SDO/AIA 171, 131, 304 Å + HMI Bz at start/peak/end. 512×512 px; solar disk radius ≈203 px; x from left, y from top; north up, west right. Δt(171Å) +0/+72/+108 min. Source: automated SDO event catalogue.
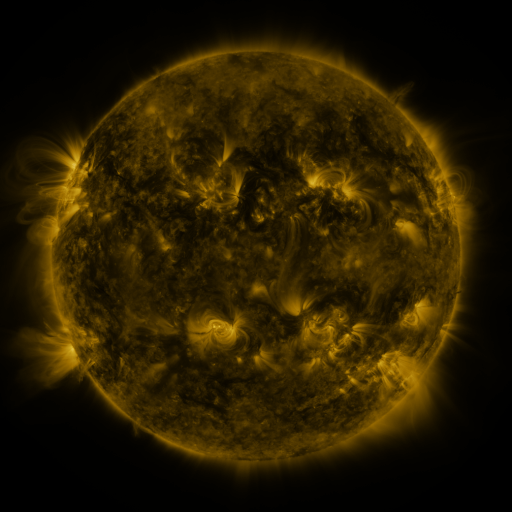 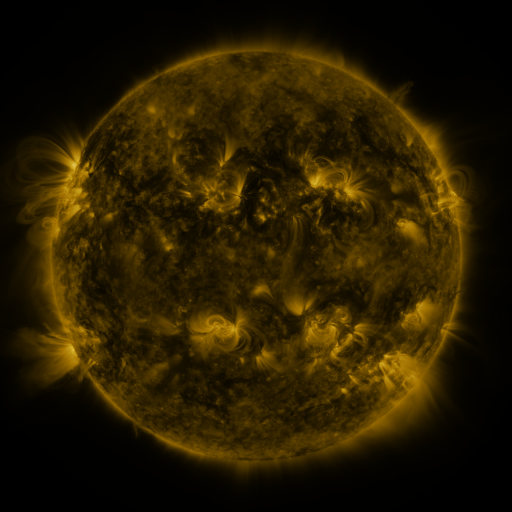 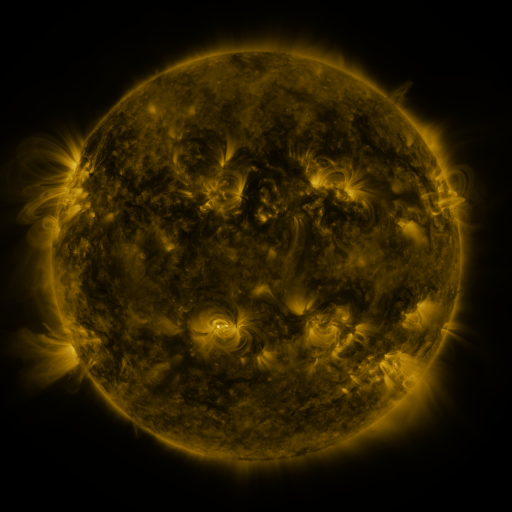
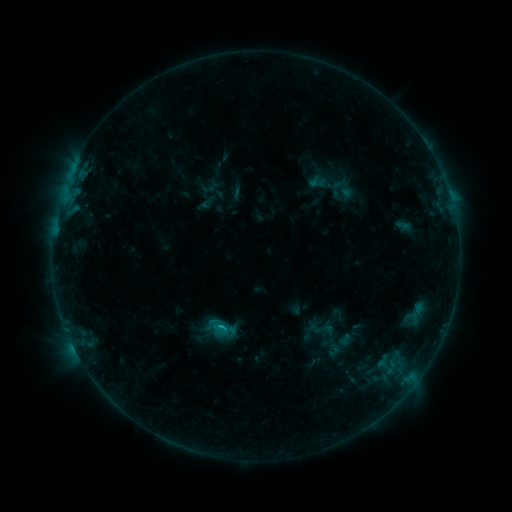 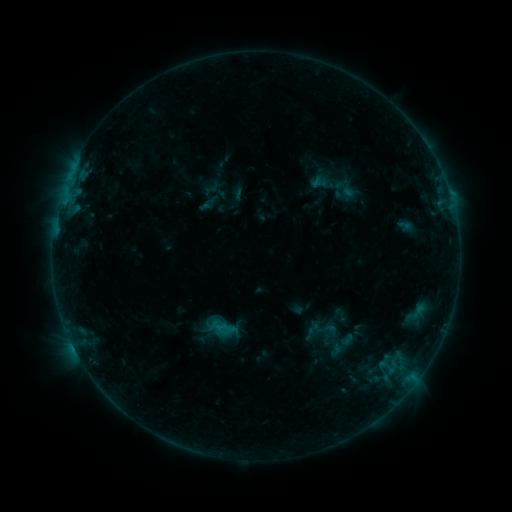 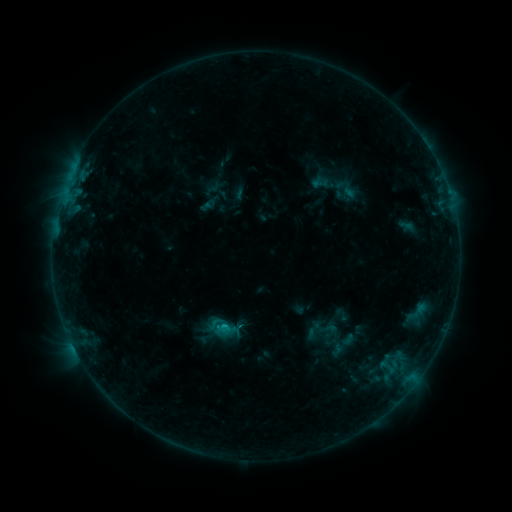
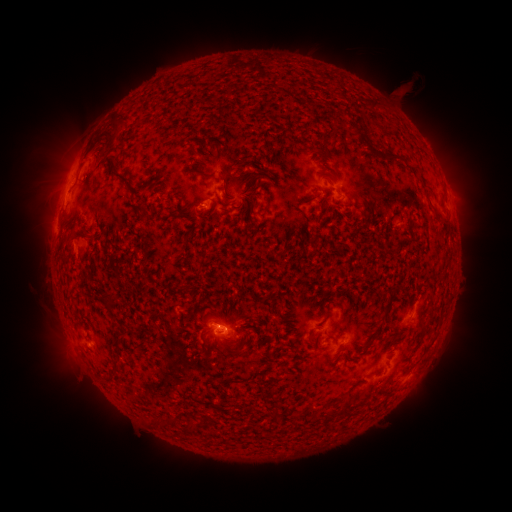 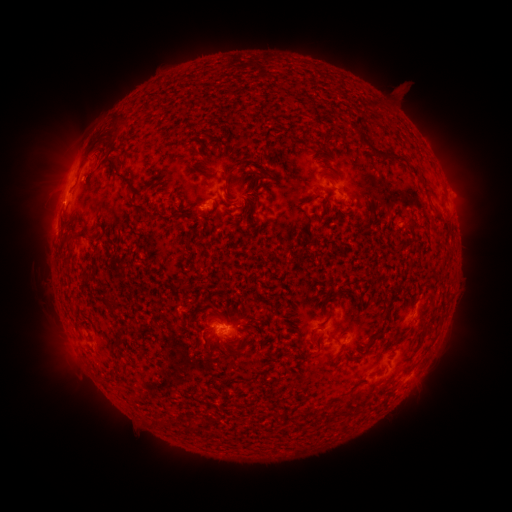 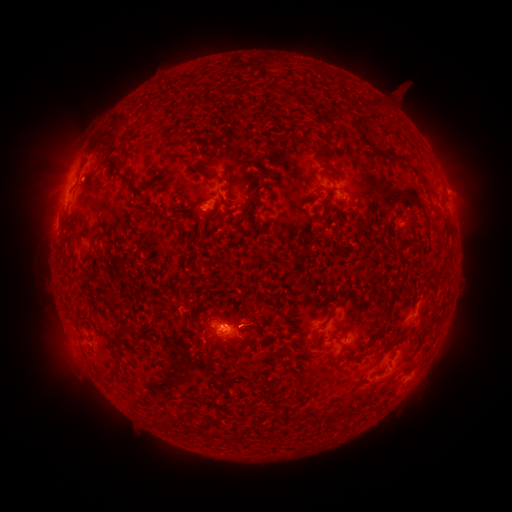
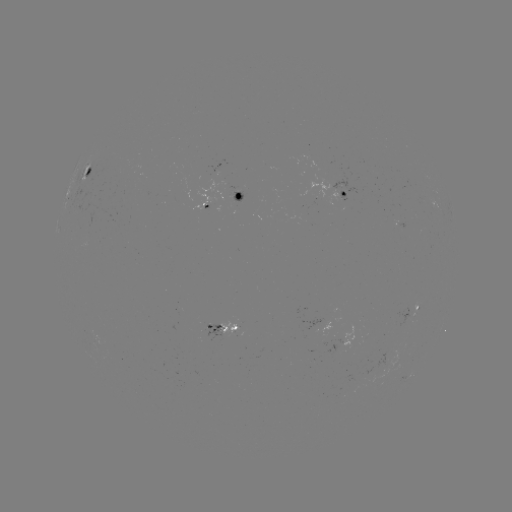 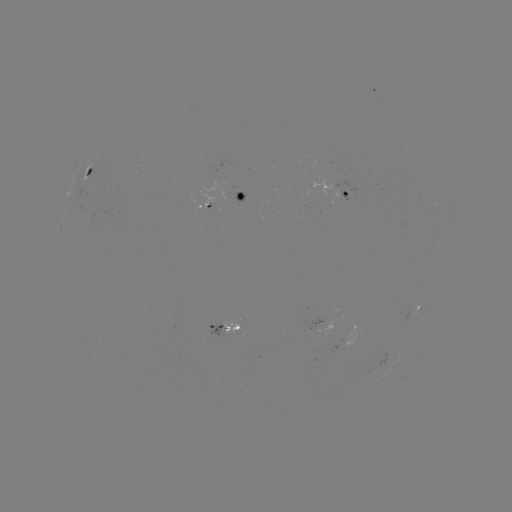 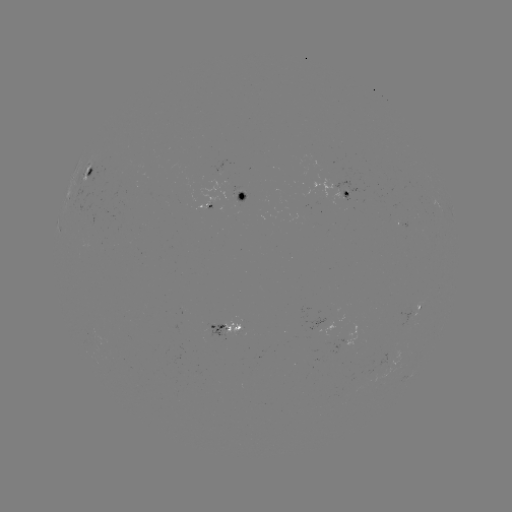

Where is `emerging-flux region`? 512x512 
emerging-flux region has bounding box [398, 306, 411, 327].